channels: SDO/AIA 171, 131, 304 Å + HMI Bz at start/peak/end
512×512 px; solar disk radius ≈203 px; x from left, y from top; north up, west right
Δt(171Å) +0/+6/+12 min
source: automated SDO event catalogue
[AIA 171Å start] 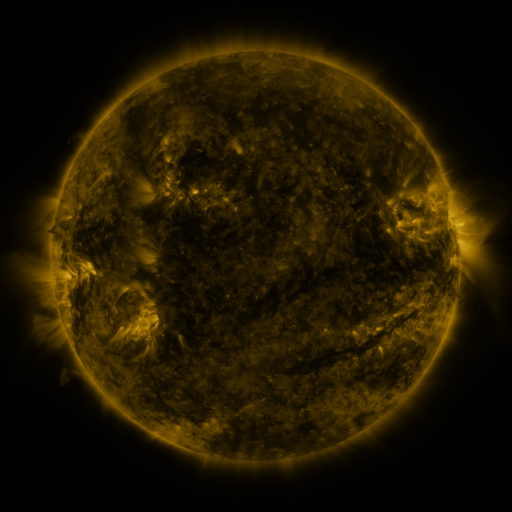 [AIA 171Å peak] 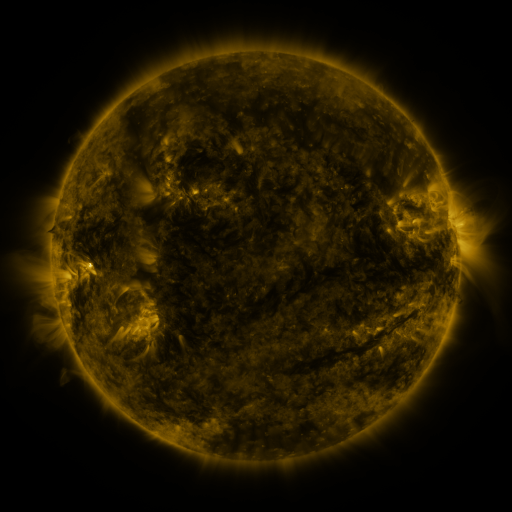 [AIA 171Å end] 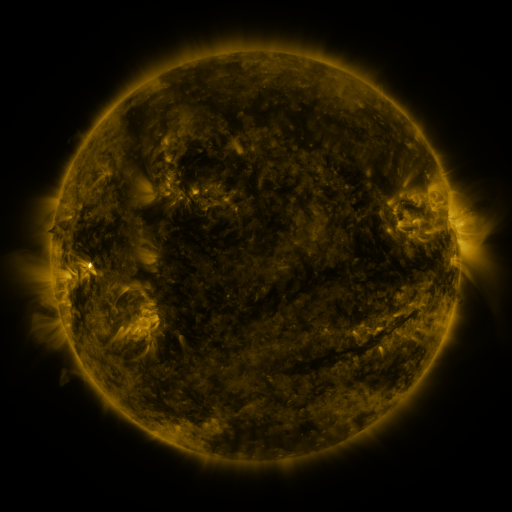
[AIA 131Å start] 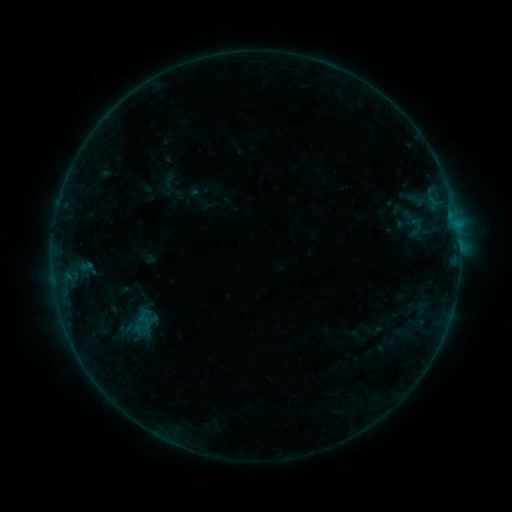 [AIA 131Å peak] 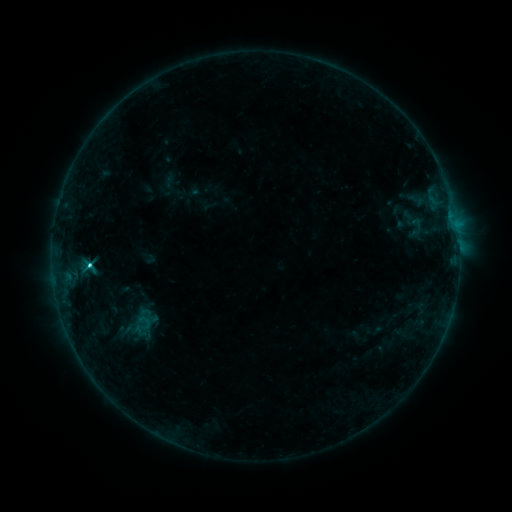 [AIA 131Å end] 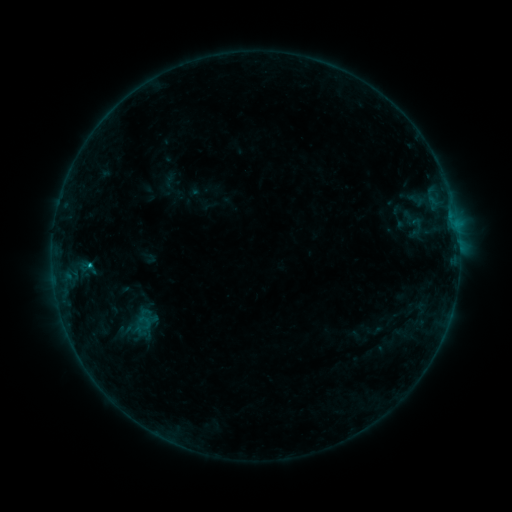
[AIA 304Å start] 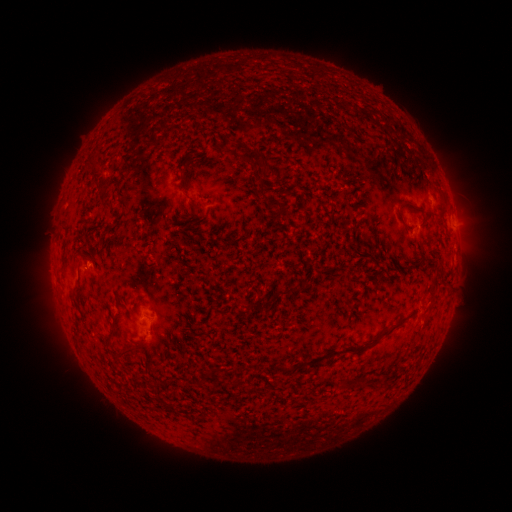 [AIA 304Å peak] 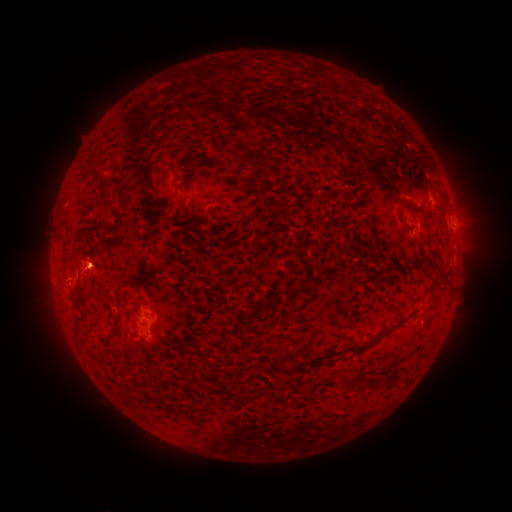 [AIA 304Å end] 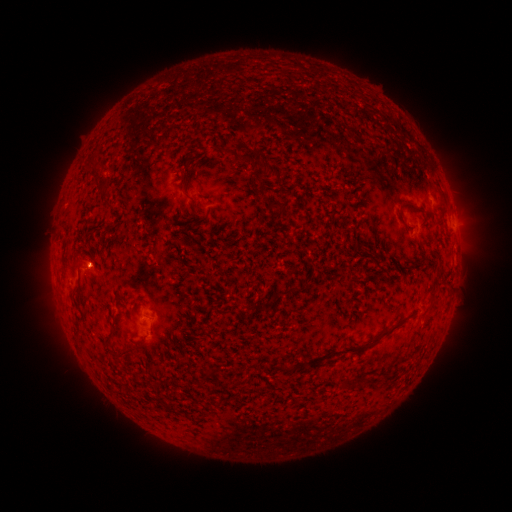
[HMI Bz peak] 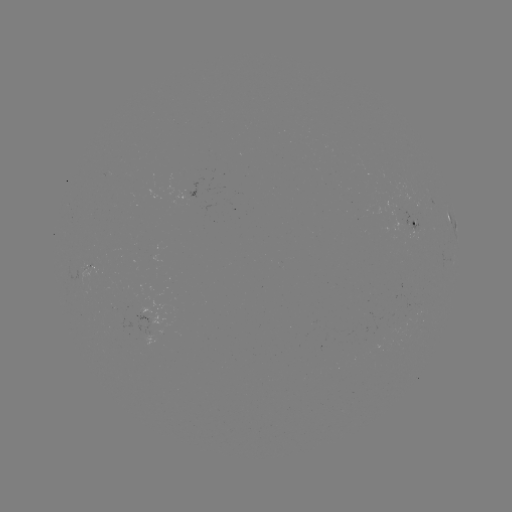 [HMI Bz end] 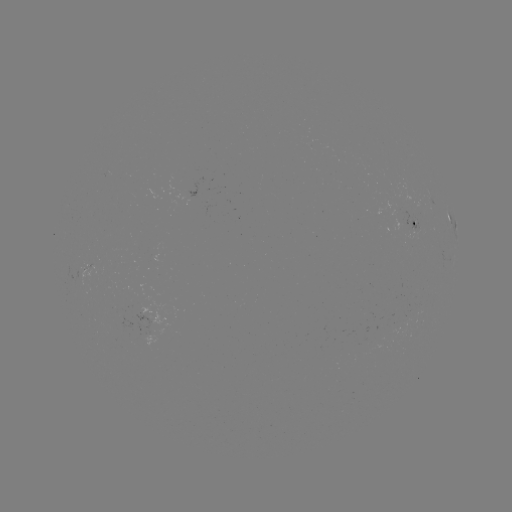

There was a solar flare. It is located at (90, 262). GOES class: C1.4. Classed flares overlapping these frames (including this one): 1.